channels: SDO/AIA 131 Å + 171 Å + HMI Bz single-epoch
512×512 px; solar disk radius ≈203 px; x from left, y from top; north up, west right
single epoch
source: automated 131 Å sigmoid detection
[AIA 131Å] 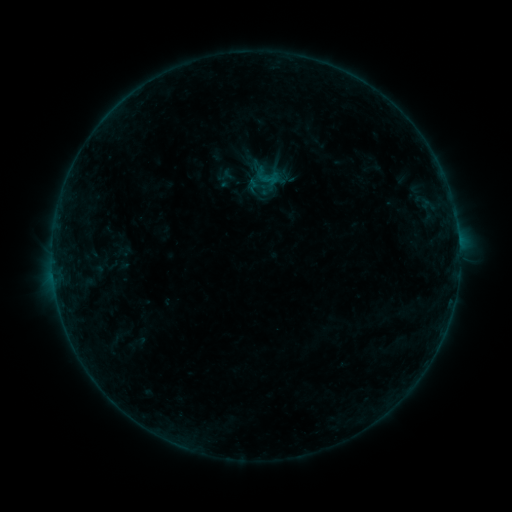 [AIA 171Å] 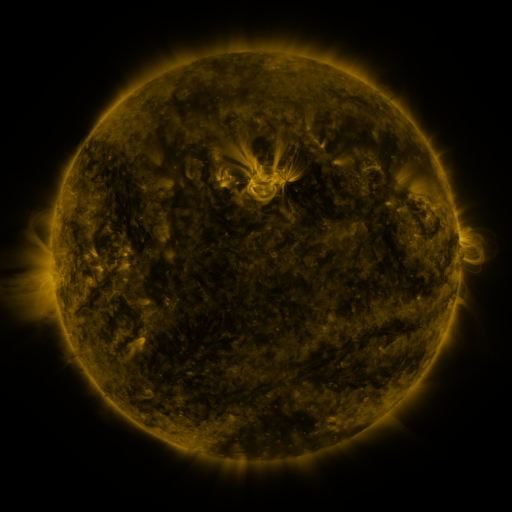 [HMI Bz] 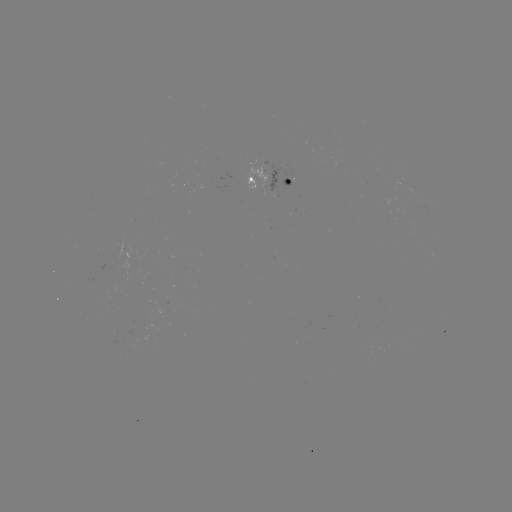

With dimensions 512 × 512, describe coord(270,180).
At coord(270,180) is sigmoid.